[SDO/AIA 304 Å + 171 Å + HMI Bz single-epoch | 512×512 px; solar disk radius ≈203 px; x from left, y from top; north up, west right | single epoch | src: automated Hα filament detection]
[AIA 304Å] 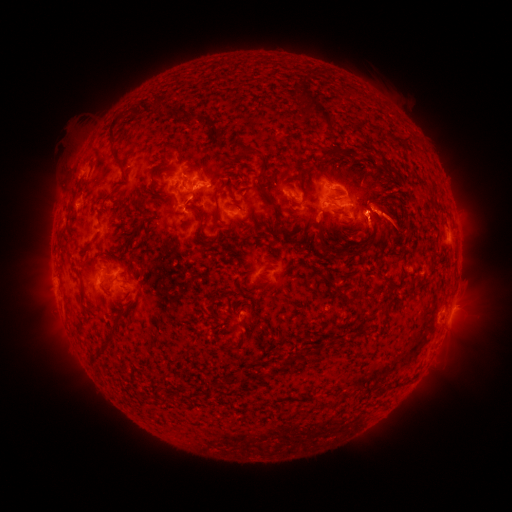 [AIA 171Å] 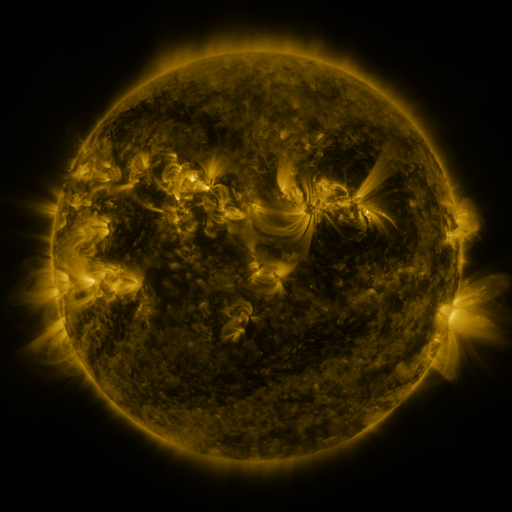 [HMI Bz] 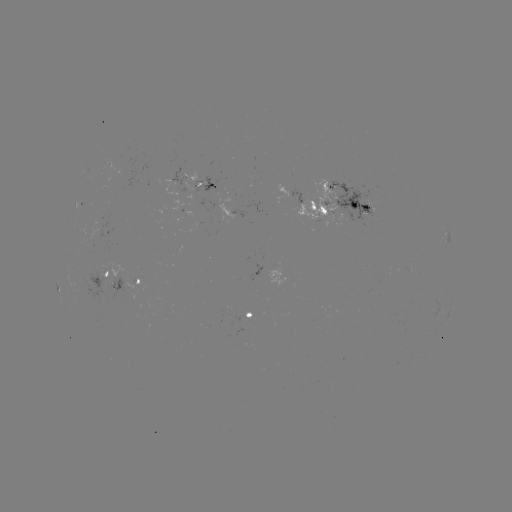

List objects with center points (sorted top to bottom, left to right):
filament: <bbox>310, 101, 331, 122</bbox>
filament: <bbox>108, 113, 121, 145</bbox>
filament: <bbox>210, 125, 220, 141</bbox>
filament: <bbox>239, 142, 255, 154</bbox>
filament: <bbox>259, 155, 270, 172</bbox>
filament: <bbox>115, 157, 124, 168</bbox>
filament: <bbox>318, 166, 327, 175</bbox>
filament: <bbox>255, 180, 272, 205</bbox>
filament: <bbox>211, 190, 218, 202</bbox>
filament: <bbox>349, 201, 358, 210</bbox>
filament: <bbox>360, 204, 370, 211</bbox>
filament: <bbox>315, 218, 323, 229</bbox>
filament: <bbox>316, 234, 326, 250</bbox>
filament: <bbox>344, 299, 355, 307</bbox>
filament: <bbox>224, 332, 246, 353</bbox>
filament: <bbox>103, 333, 113, 344</bbox>
filament: <bbox>281, 358, 288, 370</bbox>
